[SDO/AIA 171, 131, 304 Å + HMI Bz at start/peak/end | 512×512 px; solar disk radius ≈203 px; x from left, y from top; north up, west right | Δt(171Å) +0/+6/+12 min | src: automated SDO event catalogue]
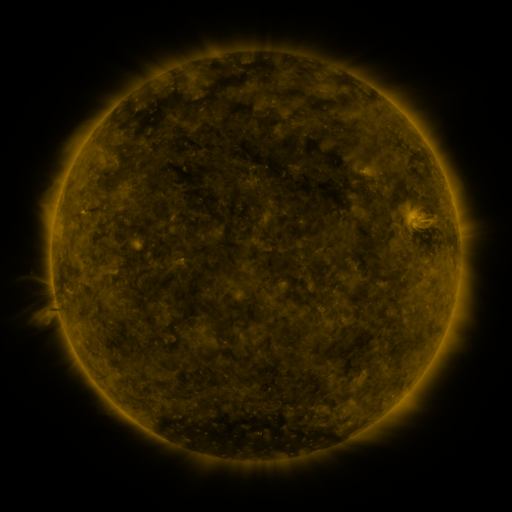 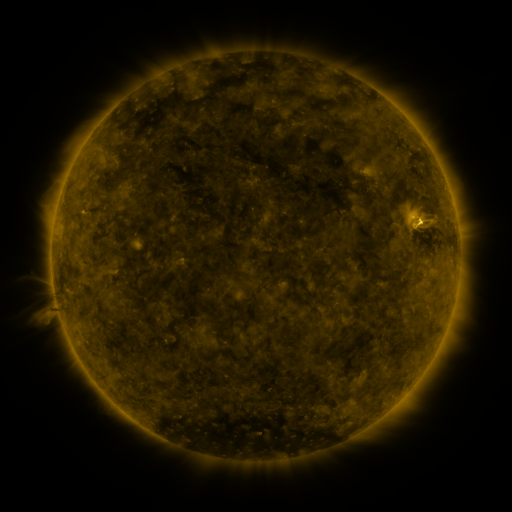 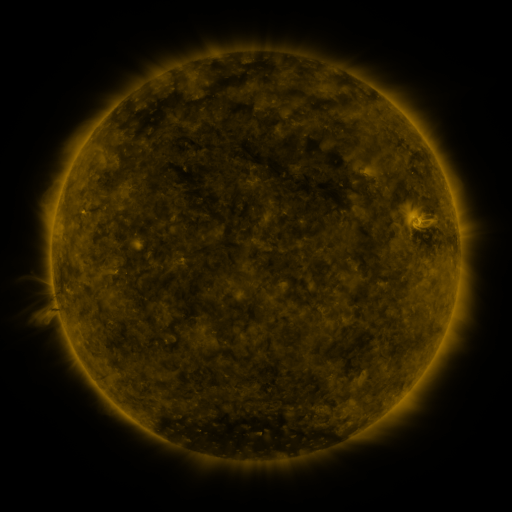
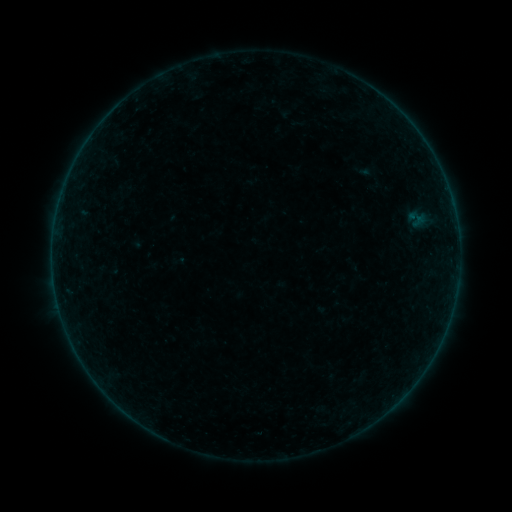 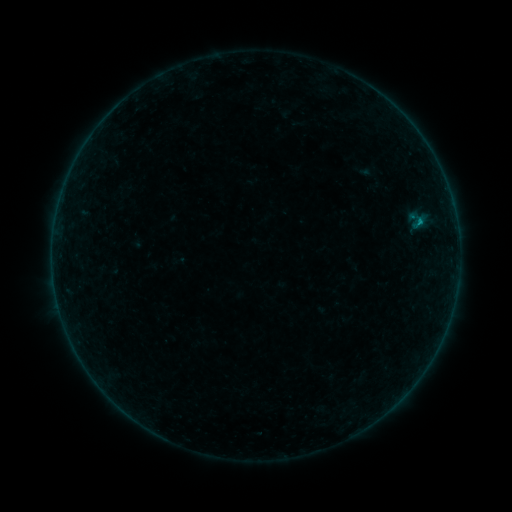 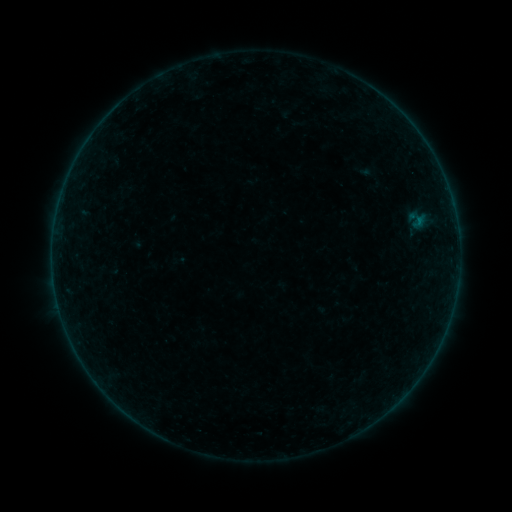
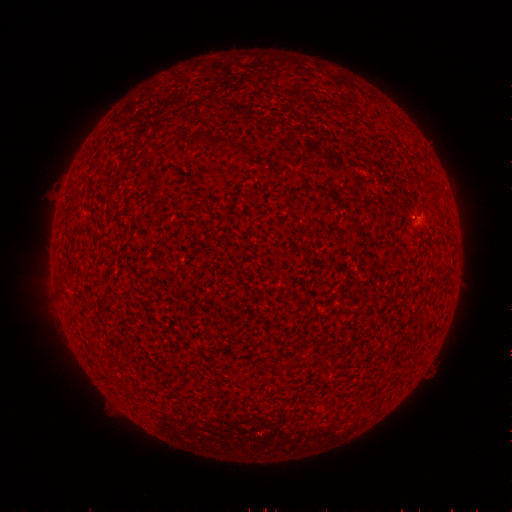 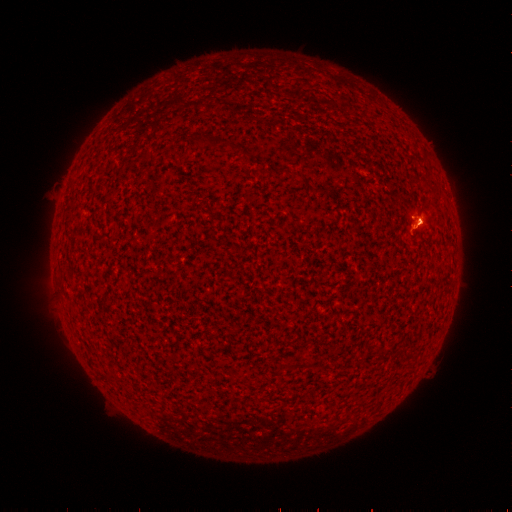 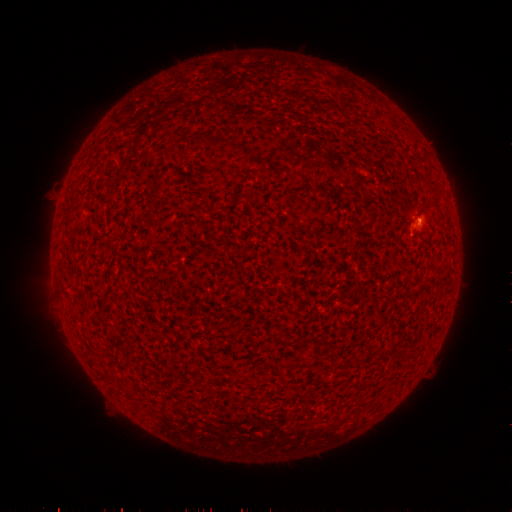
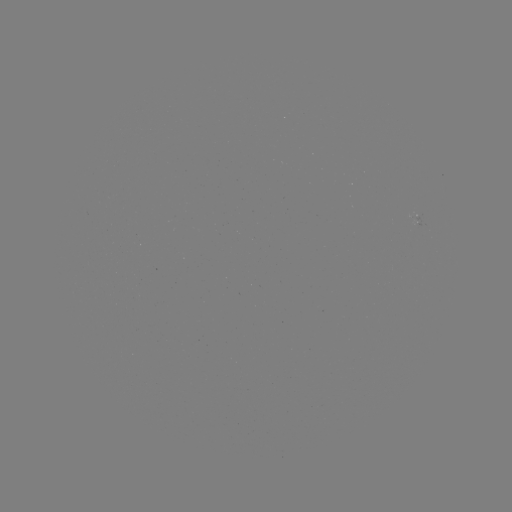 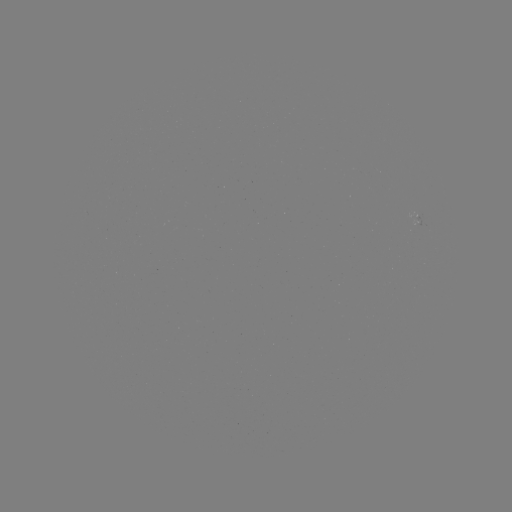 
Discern B1.2 flare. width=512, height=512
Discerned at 418,223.